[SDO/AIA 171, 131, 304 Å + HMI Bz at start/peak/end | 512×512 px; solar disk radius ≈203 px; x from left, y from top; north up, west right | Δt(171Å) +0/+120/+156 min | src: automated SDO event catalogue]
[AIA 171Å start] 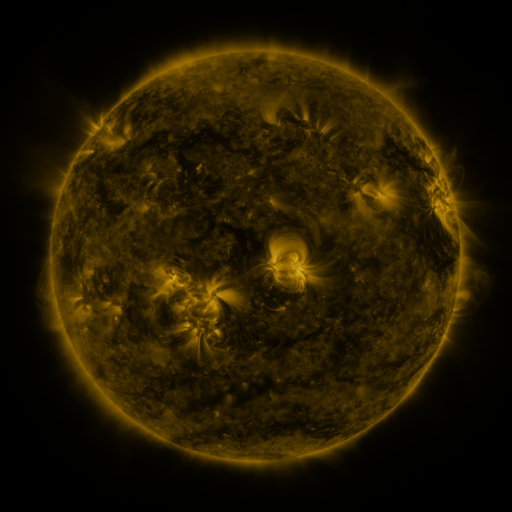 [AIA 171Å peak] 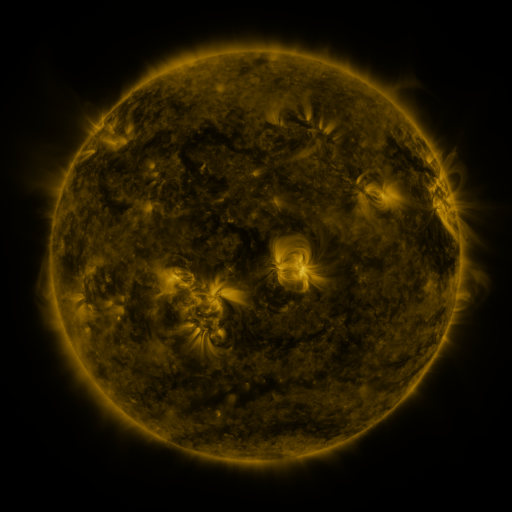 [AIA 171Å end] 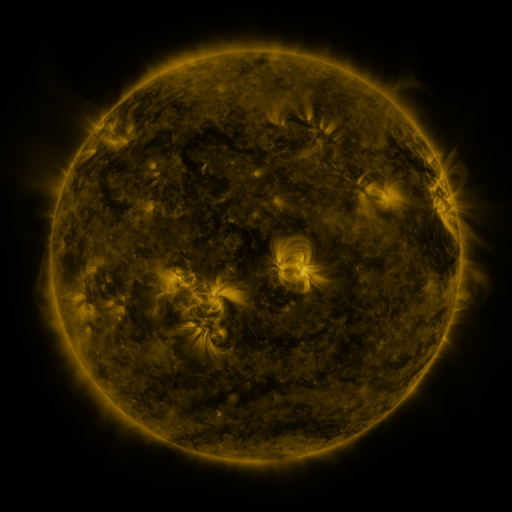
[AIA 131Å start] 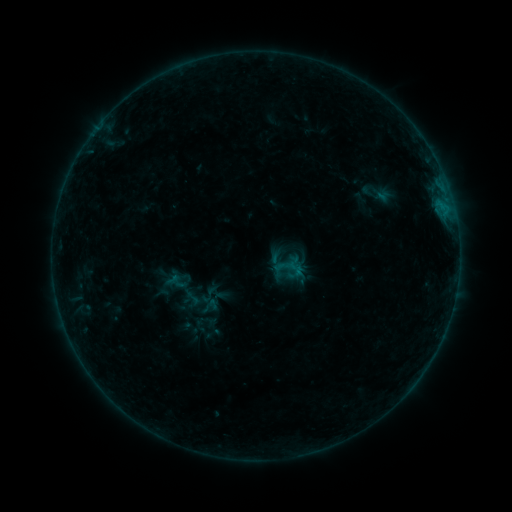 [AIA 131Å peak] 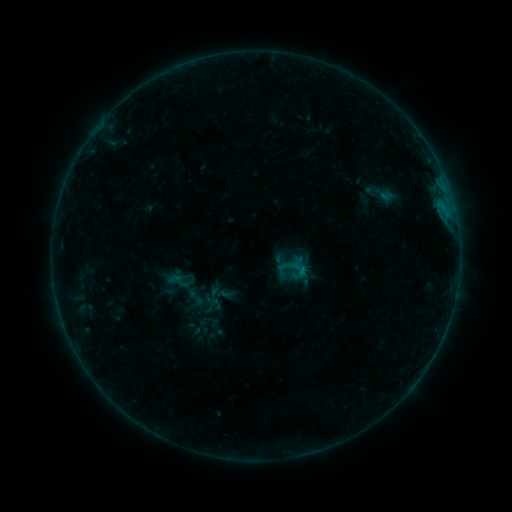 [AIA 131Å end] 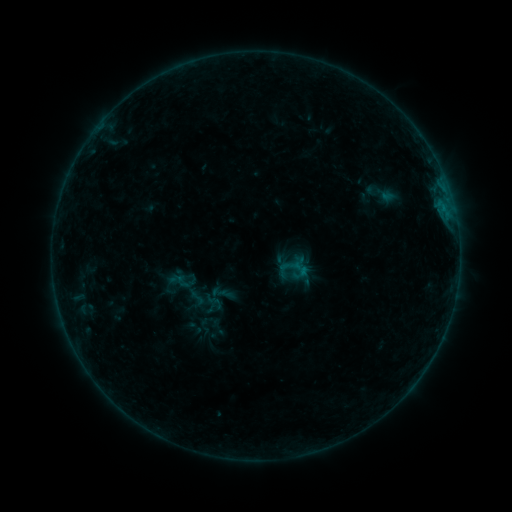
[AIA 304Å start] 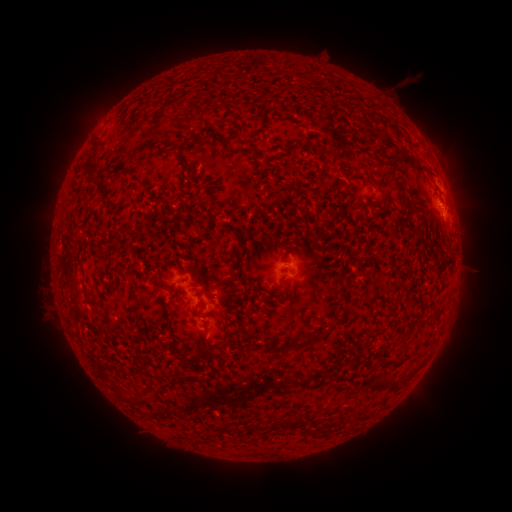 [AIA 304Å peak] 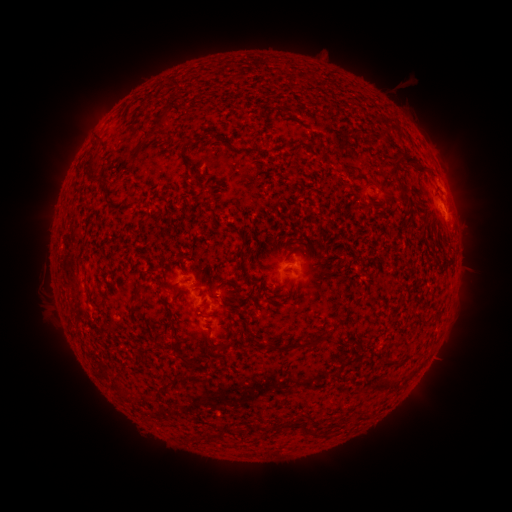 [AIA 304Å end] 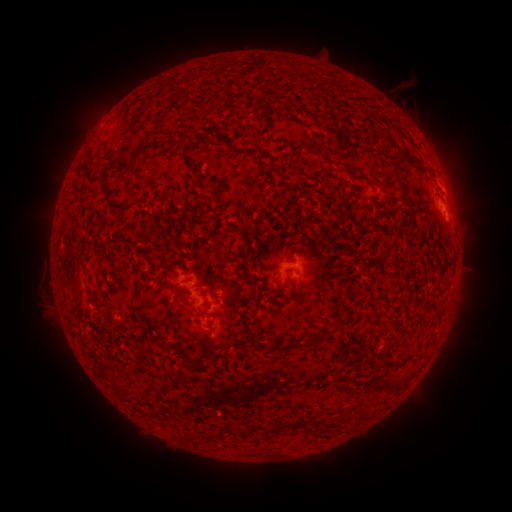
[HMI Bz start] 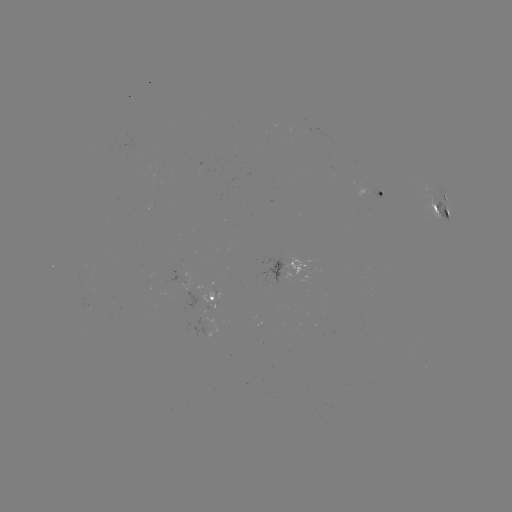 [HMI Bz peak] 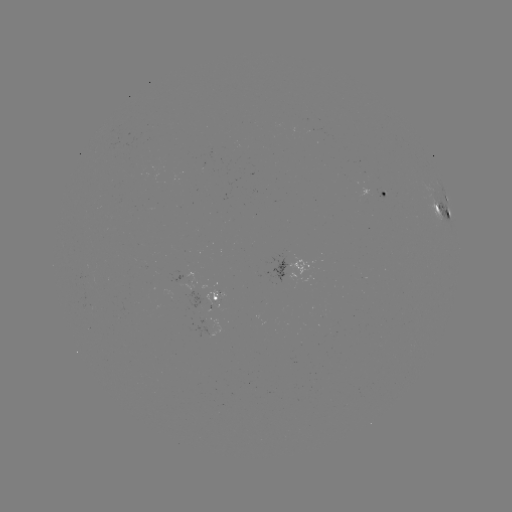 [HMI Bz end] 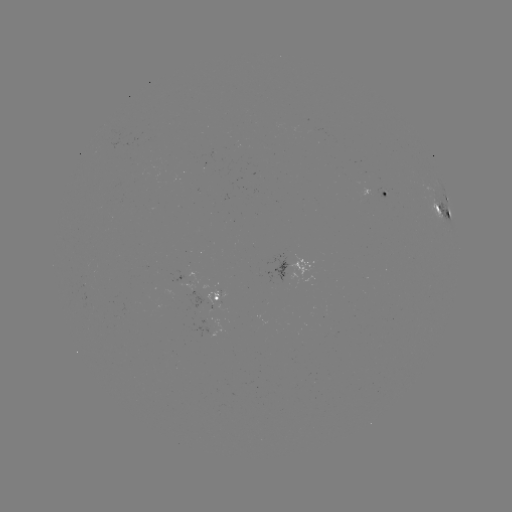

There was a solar emerging-flux region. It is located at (188, 288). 